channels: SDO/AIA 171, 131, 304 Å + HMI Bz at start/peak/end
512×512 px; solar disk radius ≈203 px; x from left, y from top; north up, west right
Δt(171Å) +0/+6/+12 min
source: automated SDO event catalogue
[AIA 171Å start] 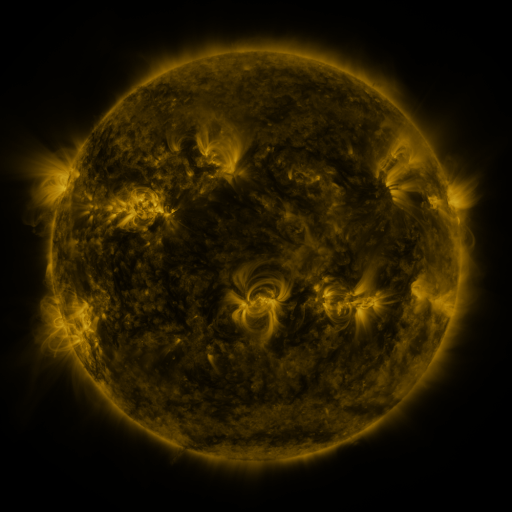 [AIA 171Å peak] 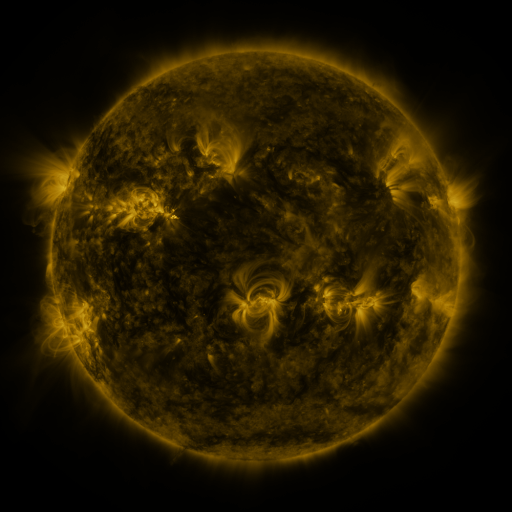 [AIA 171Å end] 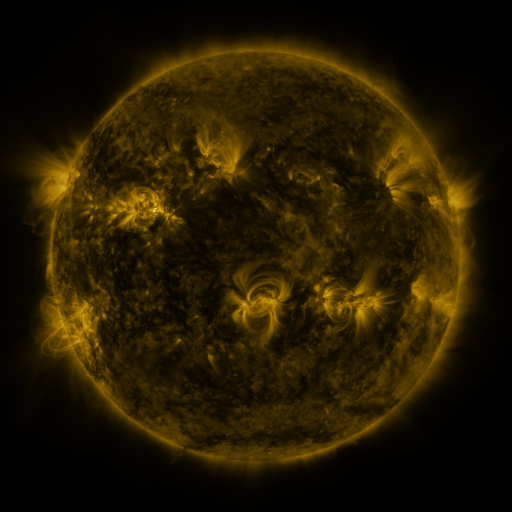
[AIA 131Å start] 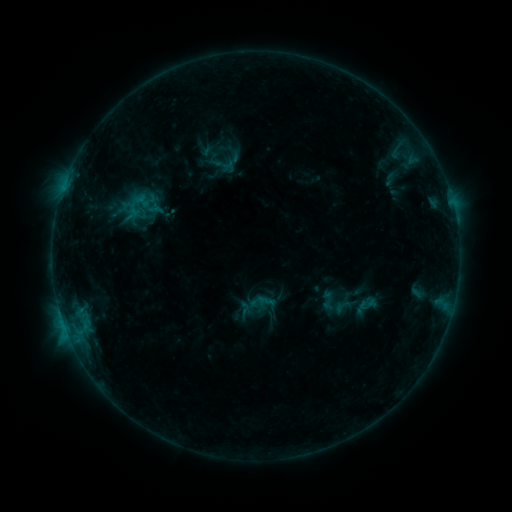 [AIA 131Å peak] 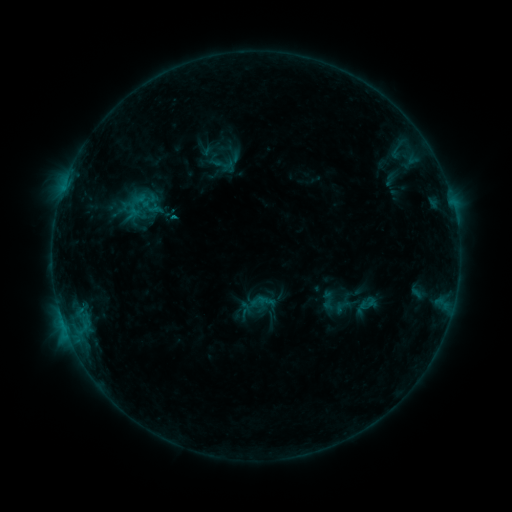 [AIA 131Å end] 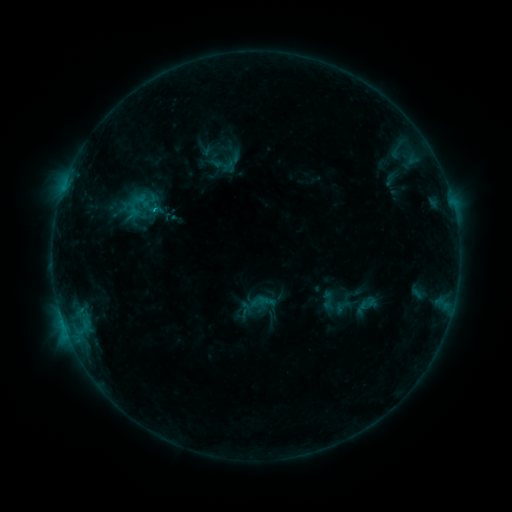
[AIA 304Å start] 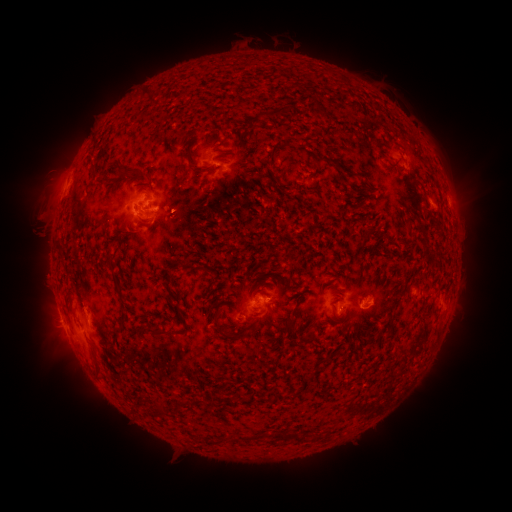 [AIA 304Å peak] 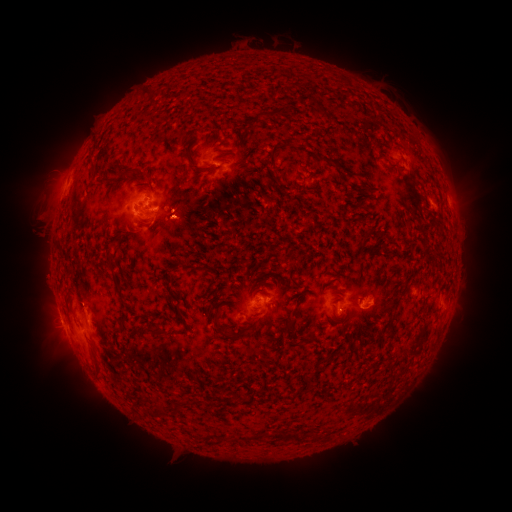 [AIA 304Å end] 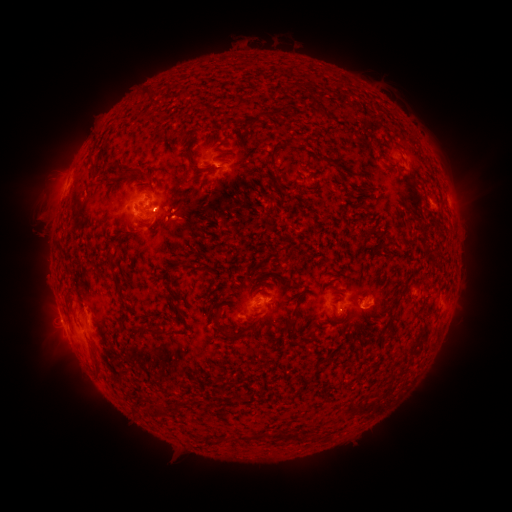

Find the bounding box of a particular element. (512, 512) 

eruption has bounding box [161, 204, 208, 248].